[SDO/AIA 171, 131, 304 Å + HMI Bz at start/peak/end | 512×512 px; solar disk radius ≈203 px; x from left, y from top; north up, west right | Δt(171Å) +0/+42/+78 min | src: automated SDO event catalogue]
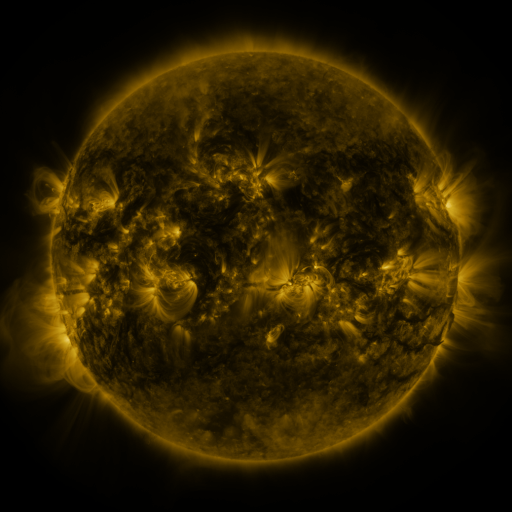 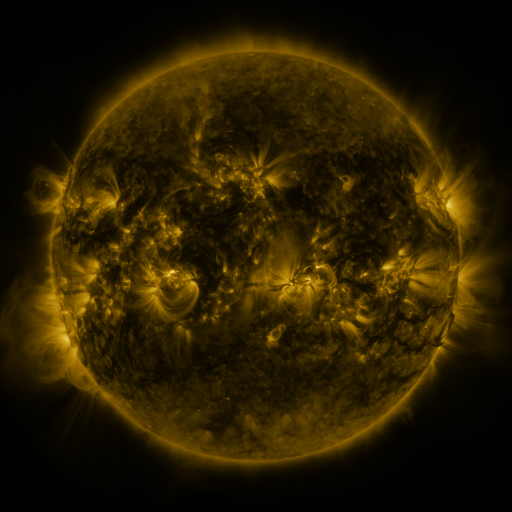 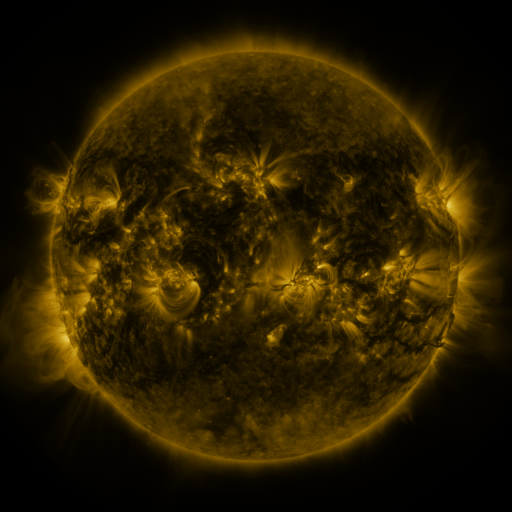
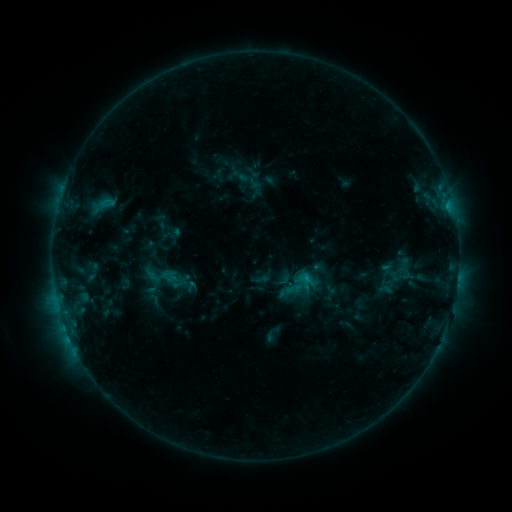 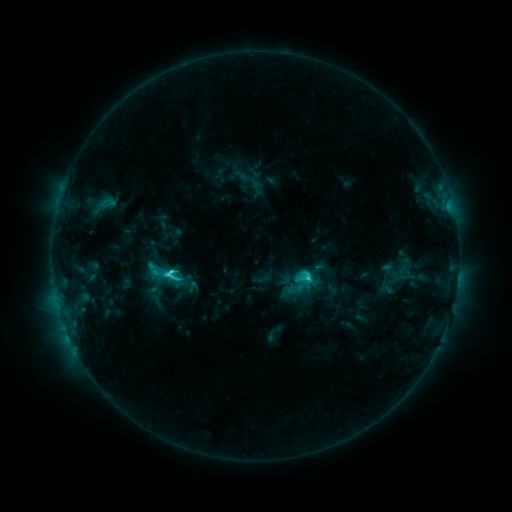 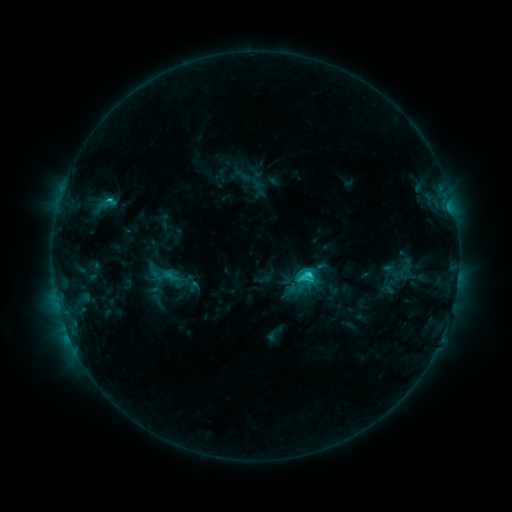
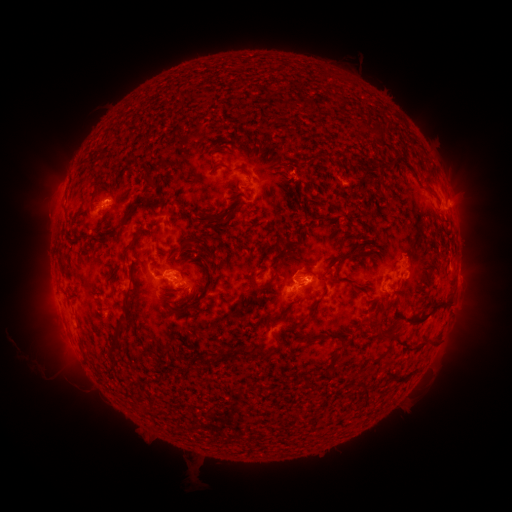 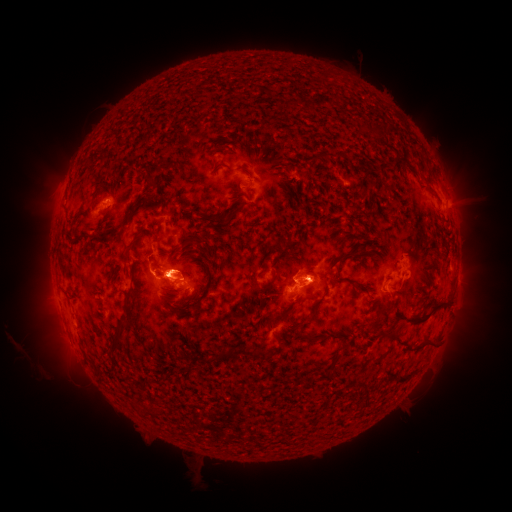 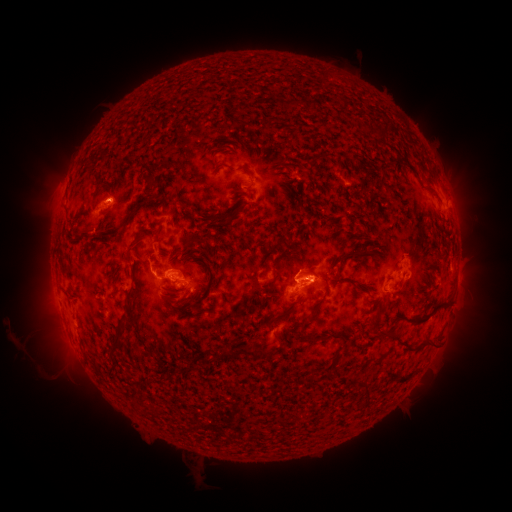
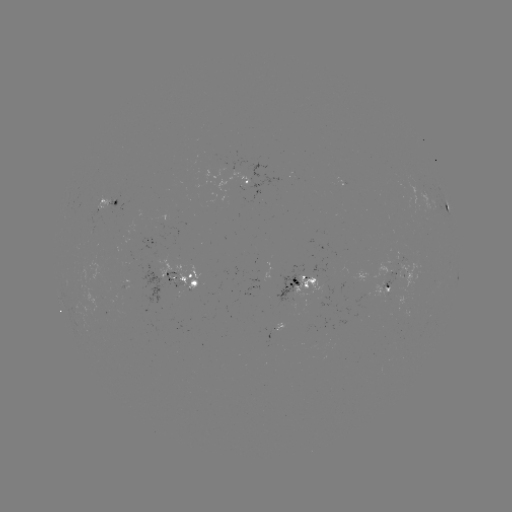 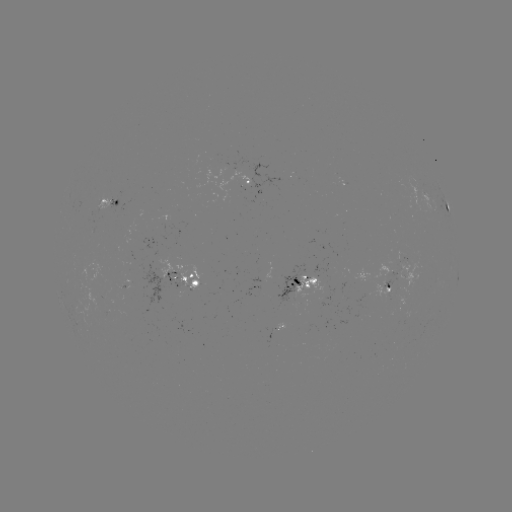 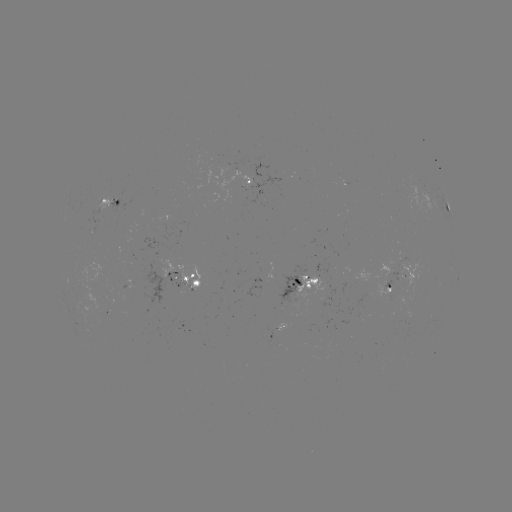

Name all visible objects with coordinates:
C4.5 flare: (171, 272)
